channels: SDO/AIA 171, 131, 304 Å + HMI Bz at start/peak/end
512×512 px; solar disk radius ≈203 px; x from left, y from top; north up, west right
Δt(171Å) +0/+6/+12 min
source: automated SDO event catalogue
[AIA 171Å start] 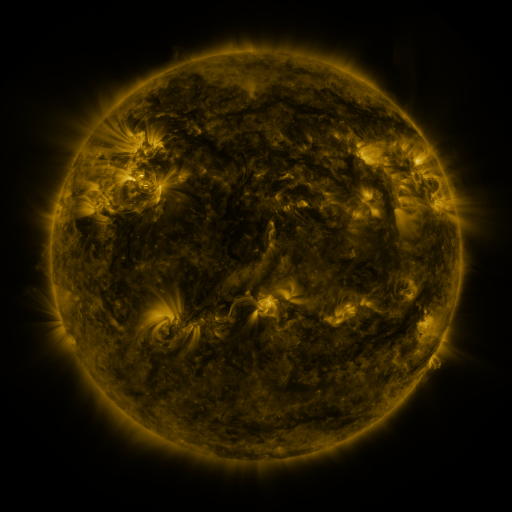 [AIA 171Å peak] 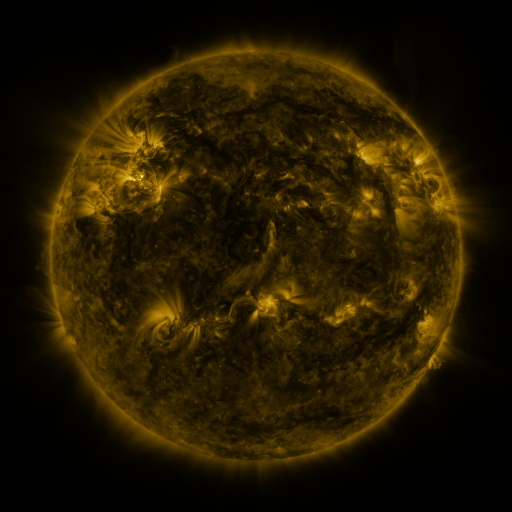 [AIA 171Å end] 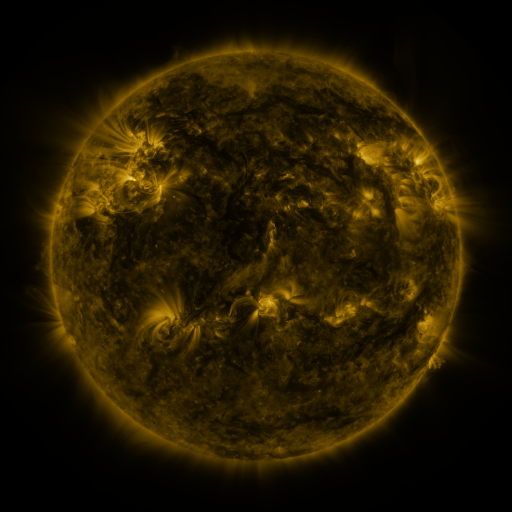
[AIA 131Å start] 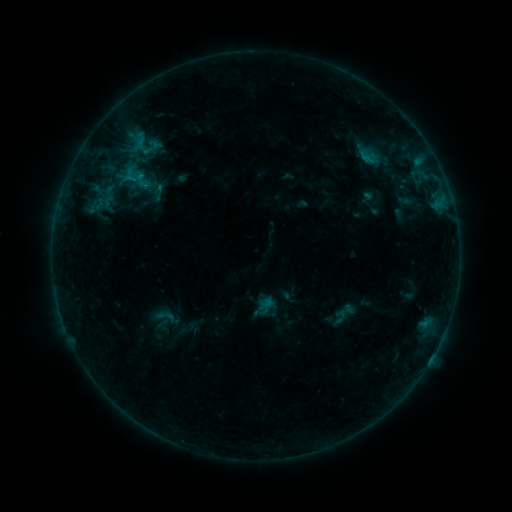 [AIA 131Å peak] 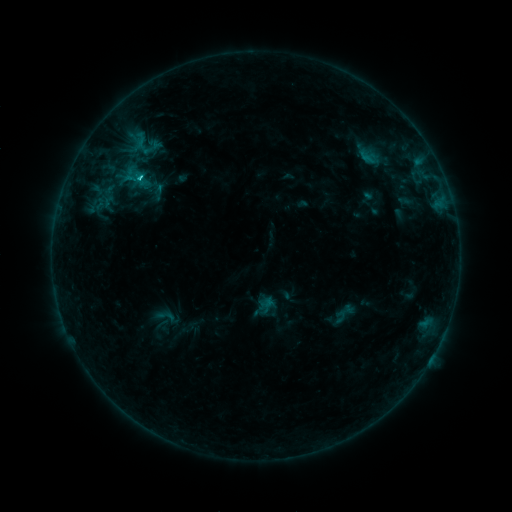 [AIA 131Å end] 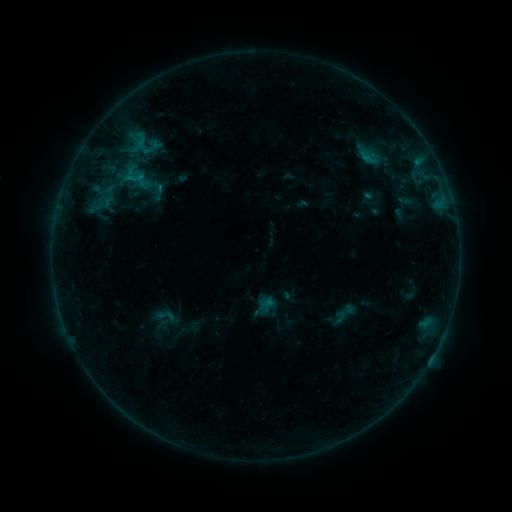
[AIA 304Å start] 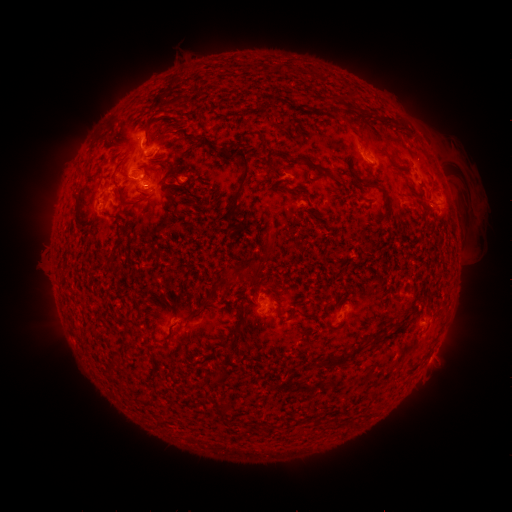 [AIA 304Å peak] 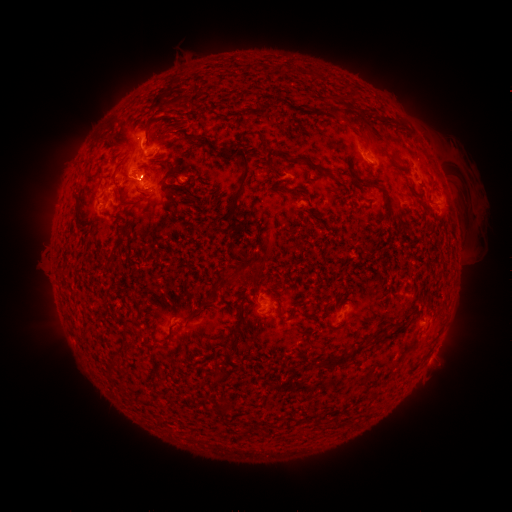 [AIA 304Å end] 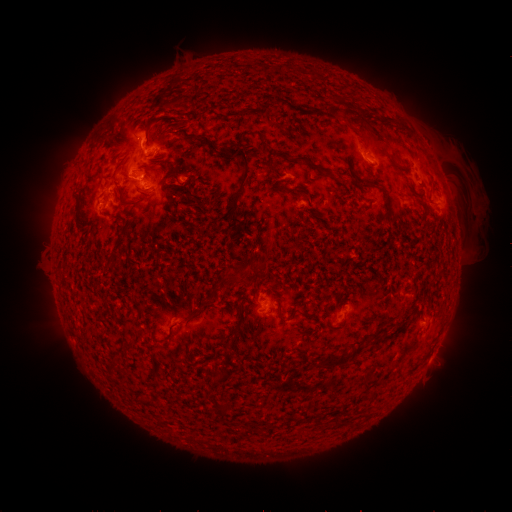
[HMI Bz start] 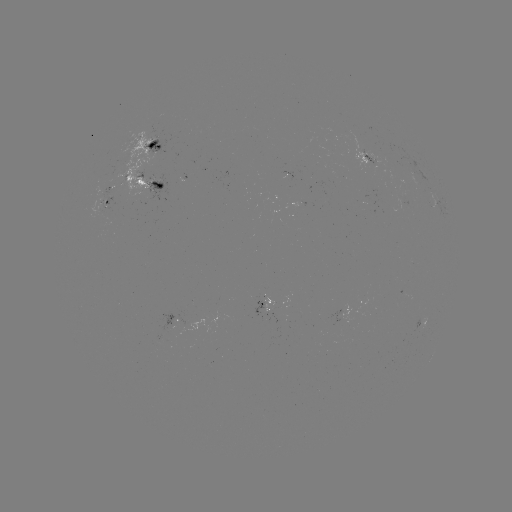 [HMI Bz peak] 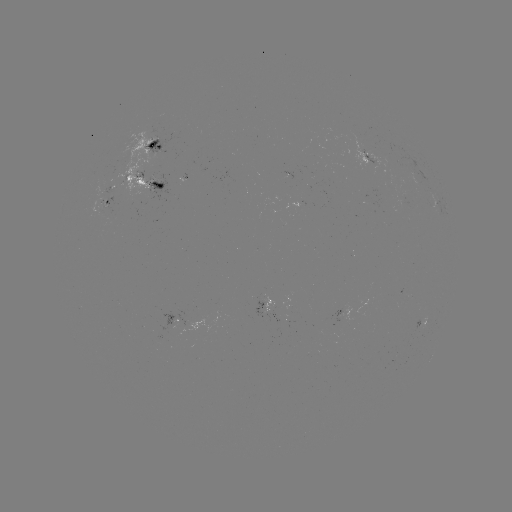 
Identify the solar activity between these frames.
C1.0 flare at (153, 179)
